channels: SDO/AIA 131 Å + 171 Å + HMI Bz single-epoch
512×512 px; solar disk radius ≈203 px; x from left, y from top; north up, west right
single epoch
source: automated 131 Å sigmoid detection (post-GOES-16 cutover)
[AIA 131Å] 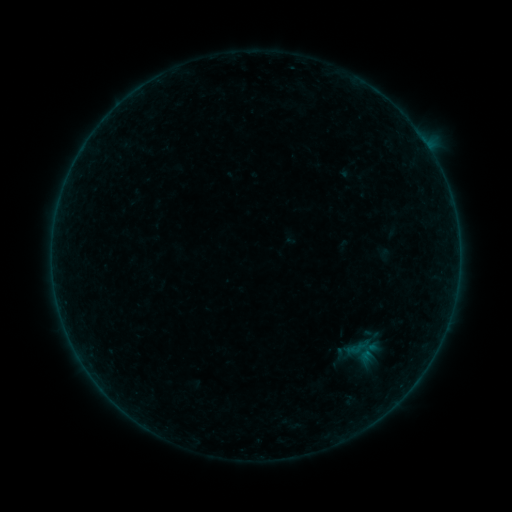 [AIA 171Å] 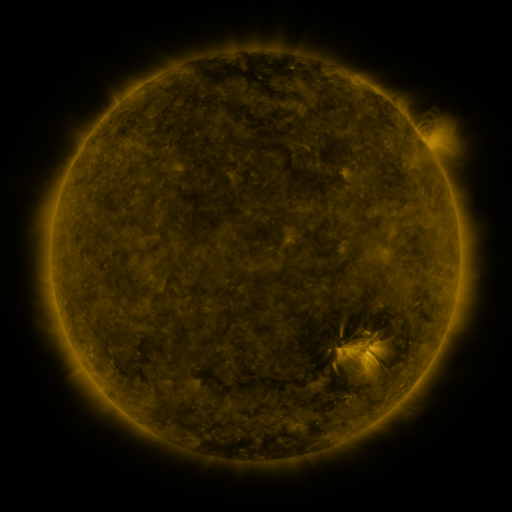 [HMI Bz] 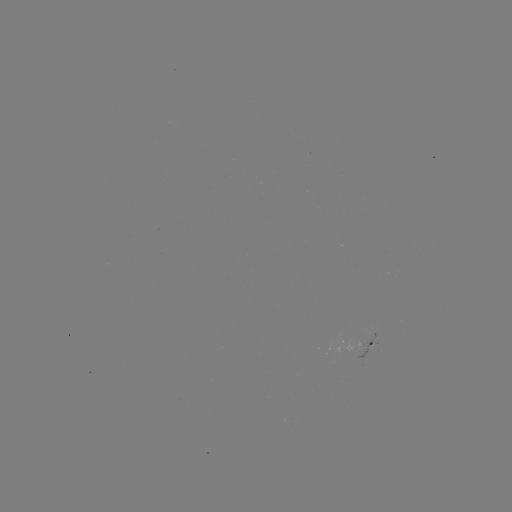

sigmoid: [349, 340, 365, 356]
